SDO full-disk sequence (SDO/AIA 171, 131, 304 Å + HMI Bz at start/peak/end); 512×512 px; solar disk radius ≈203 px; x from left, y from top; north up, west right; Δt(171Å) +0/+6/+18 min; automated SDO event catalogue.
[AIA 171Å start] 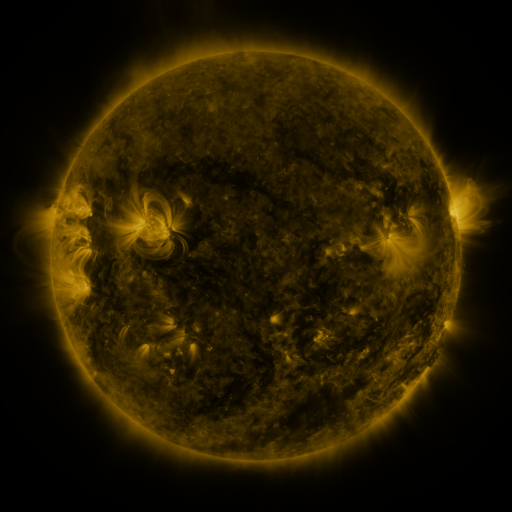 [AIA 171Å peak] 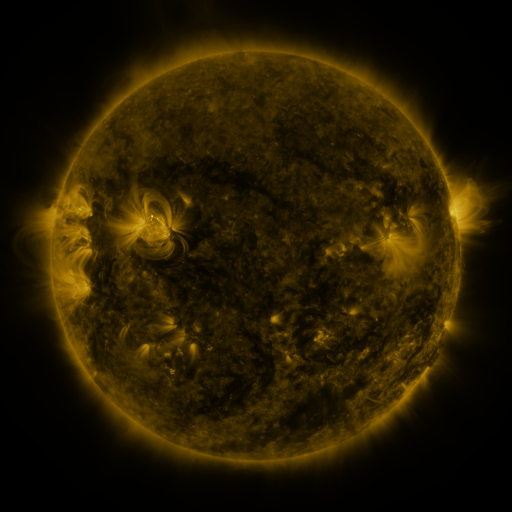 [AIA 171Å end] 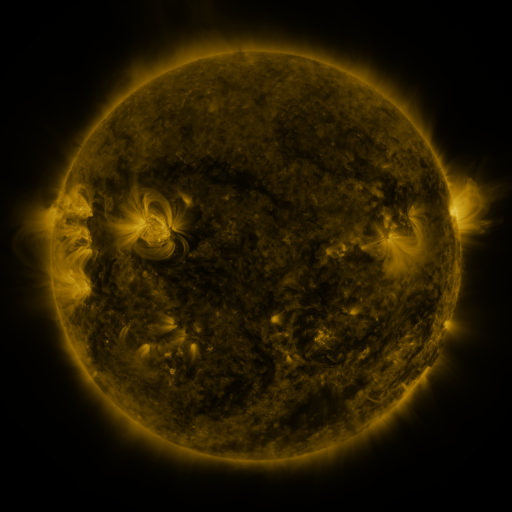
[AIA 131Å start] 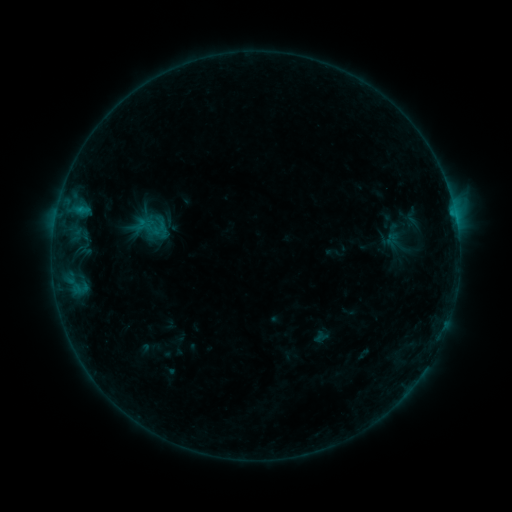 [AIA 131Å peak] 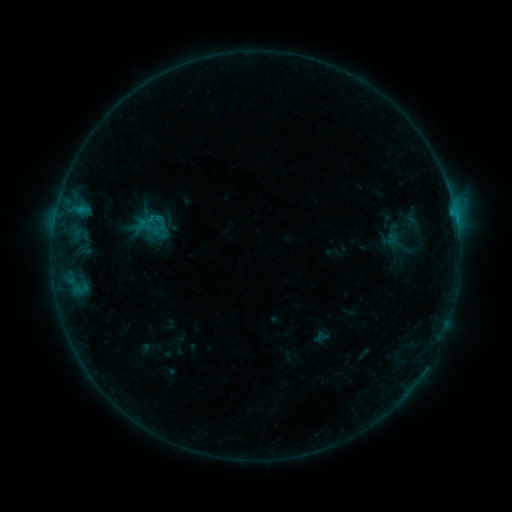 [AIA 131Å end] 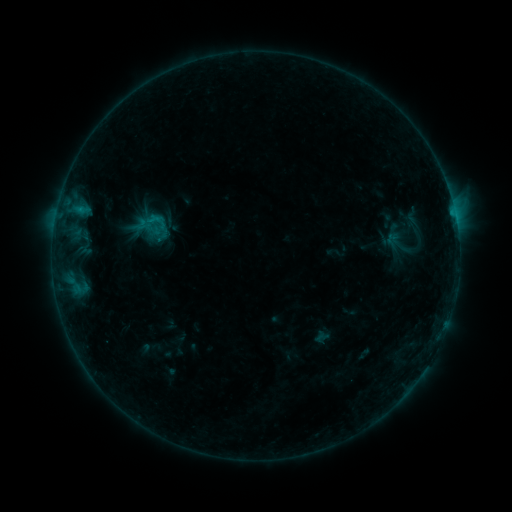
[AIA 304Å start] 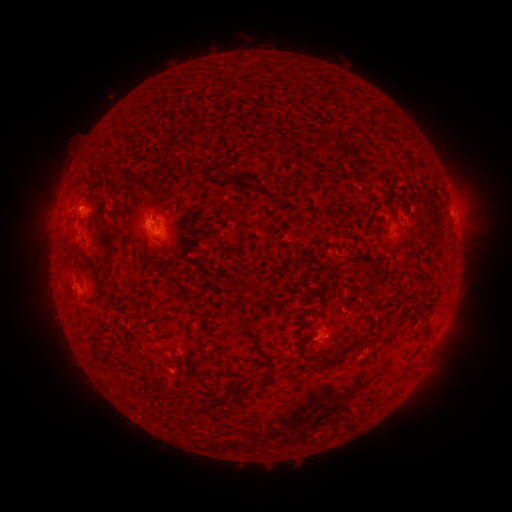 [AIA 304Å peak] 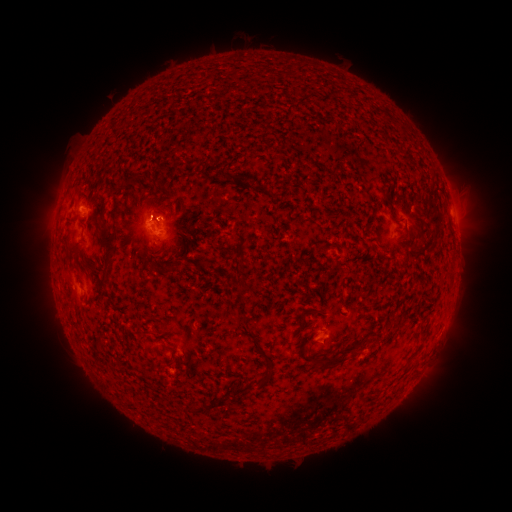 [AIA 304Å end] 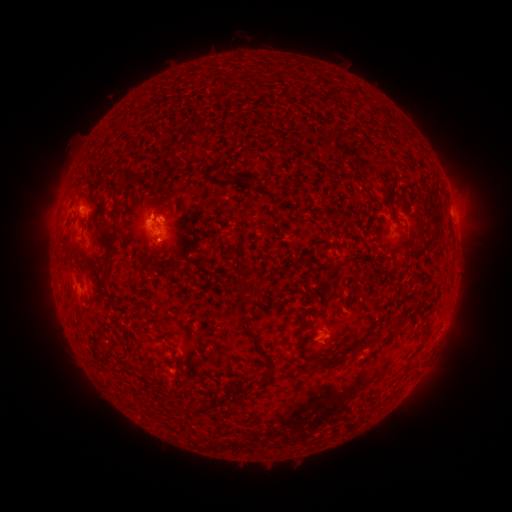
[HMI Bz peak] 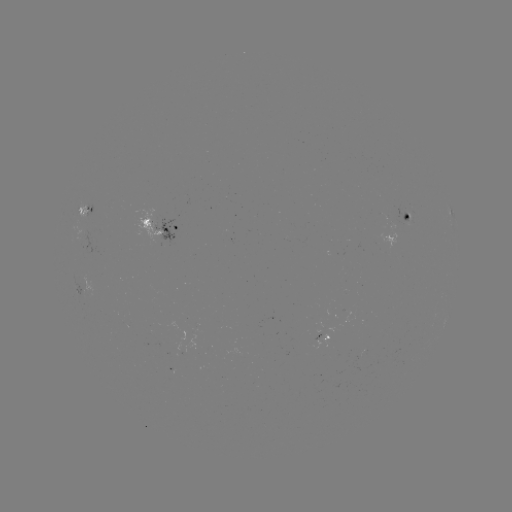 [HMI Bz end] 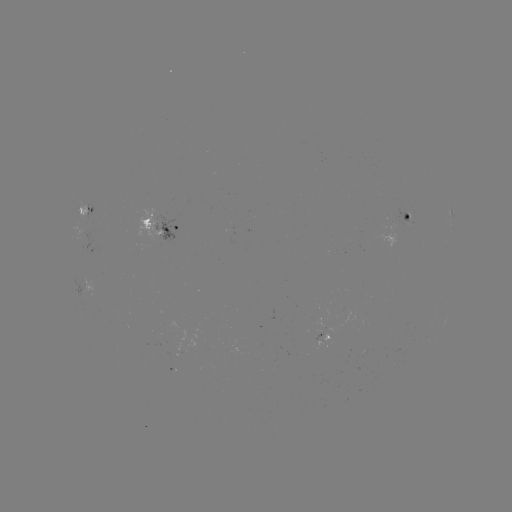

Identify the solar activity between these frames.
B6.2 flare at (155, 219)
